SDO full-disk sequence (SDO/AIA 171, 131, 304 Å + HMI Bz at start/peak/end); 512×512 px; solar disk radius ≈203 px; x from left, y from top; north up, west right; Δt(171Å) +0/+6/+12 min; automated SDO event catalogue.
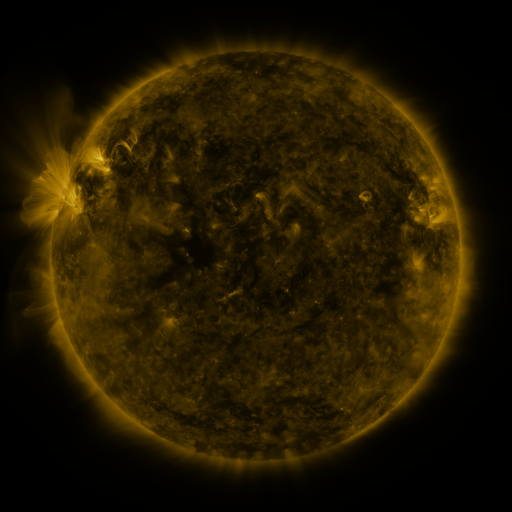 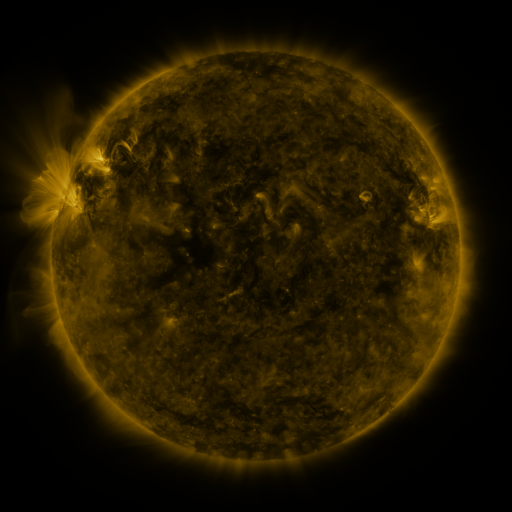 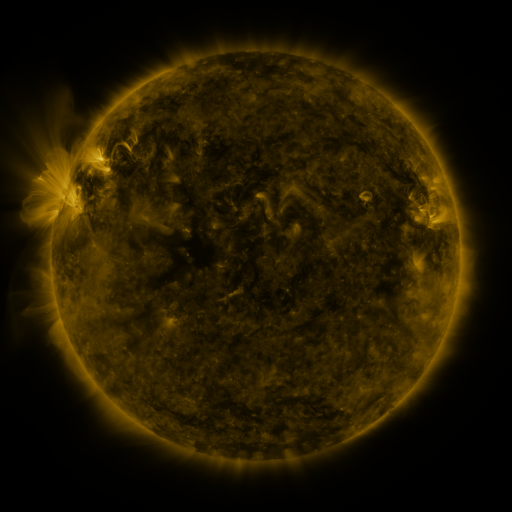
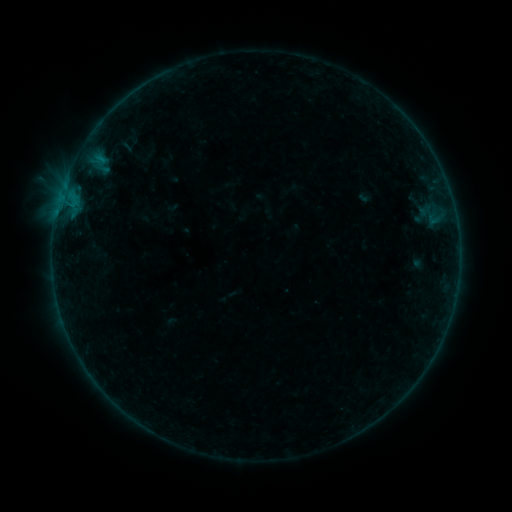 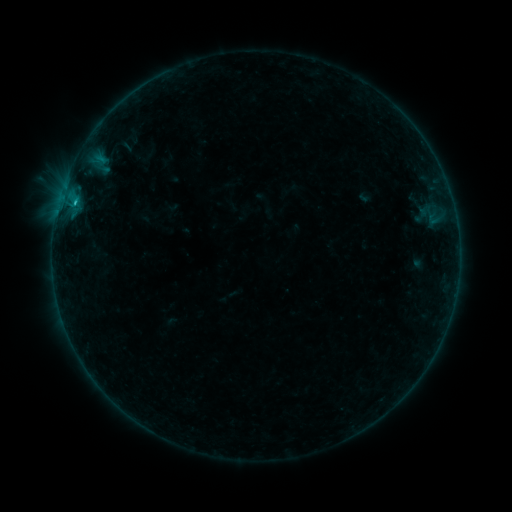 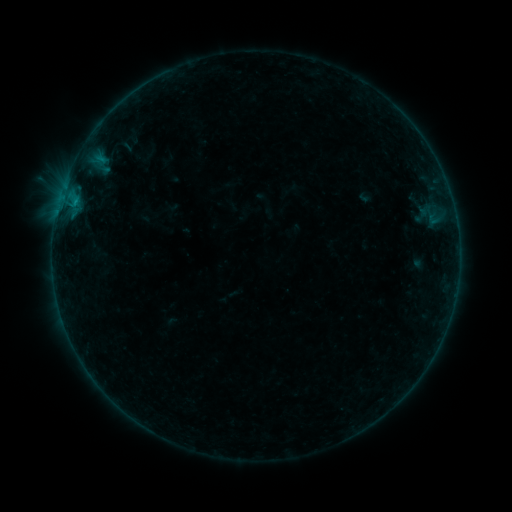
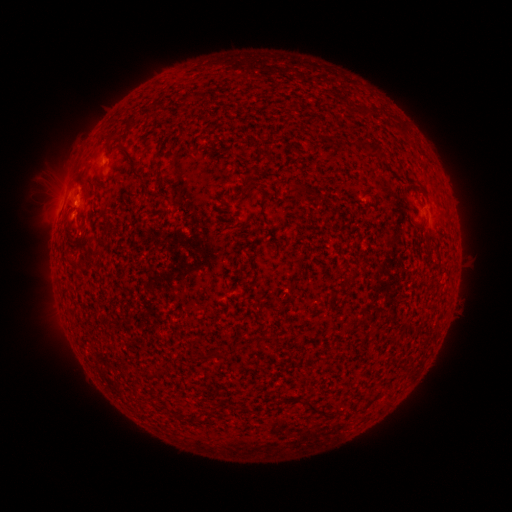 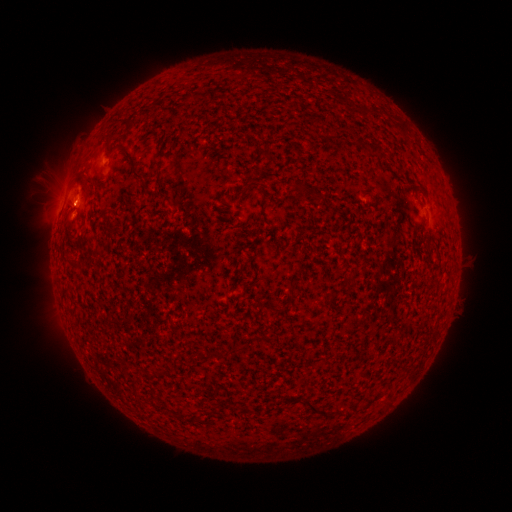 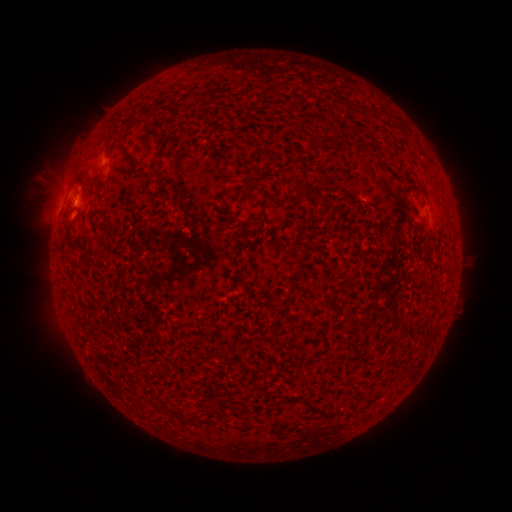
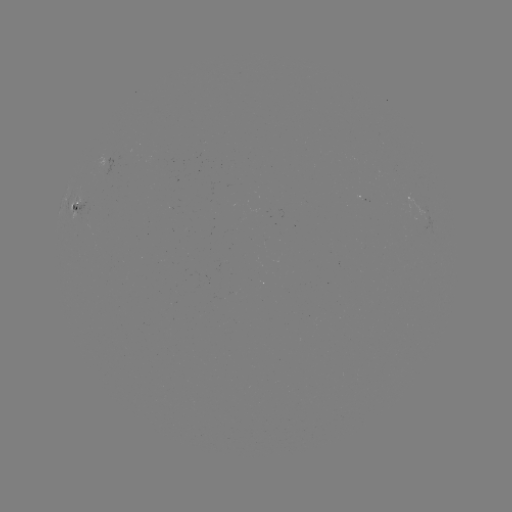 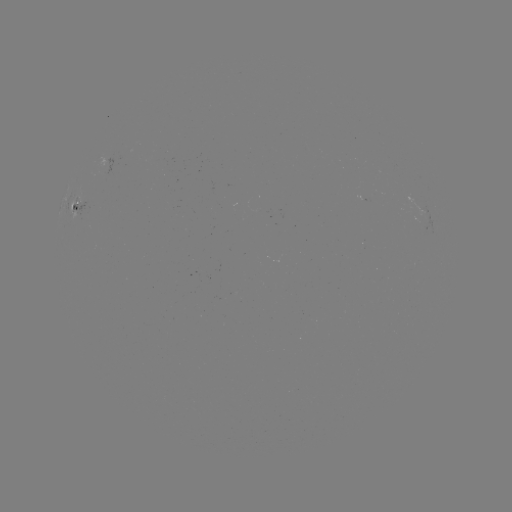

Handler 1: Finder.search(B5.4 flare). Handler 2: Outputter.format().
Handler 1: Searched B5.4 flare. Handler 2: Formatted [76, 202].